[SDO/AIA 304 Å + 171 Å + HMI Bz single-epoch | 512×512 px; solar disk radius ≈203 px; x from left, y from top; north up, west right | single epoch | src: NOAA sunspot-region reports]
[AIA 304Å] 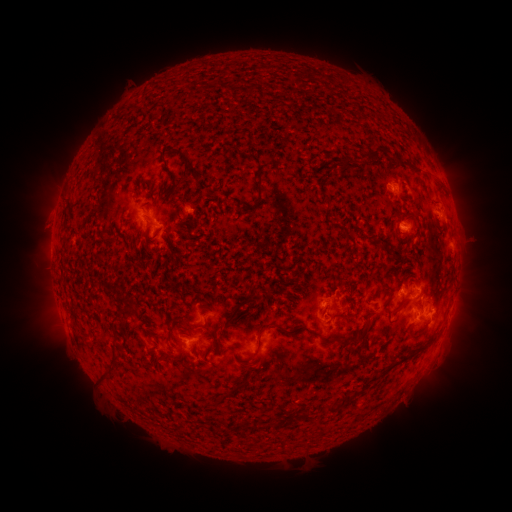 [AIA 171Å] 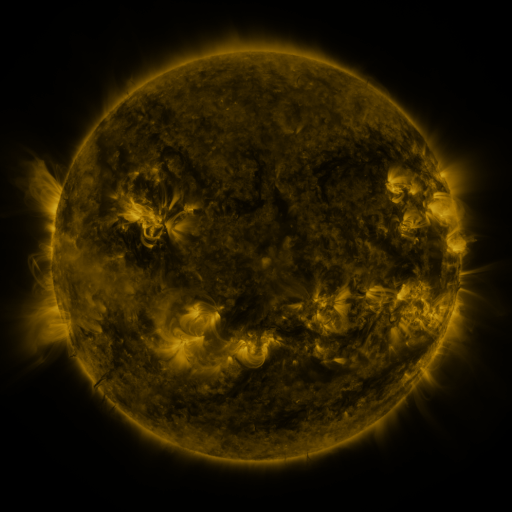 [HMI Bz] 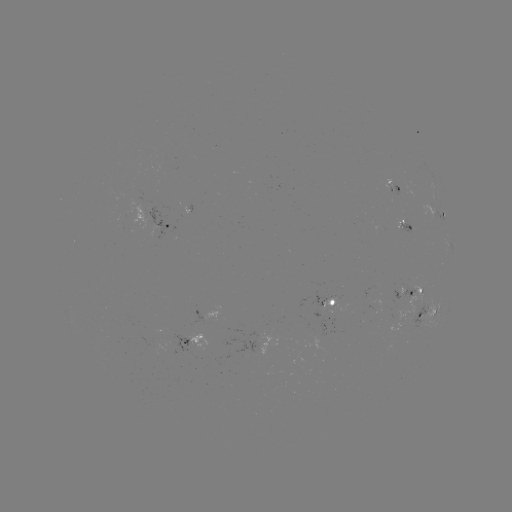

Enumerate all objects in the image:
spotted active region: (395, 185)
spotted active region: (440, 215)
spotted active region: (405, 226)
spotted active region: (169, 228)
spotted active region: (450, 245)
spotted active region: (413, 292)
spotted active region: (335, 303)
spotted active region: (430, 309)
spotted active region: (196, 340)
